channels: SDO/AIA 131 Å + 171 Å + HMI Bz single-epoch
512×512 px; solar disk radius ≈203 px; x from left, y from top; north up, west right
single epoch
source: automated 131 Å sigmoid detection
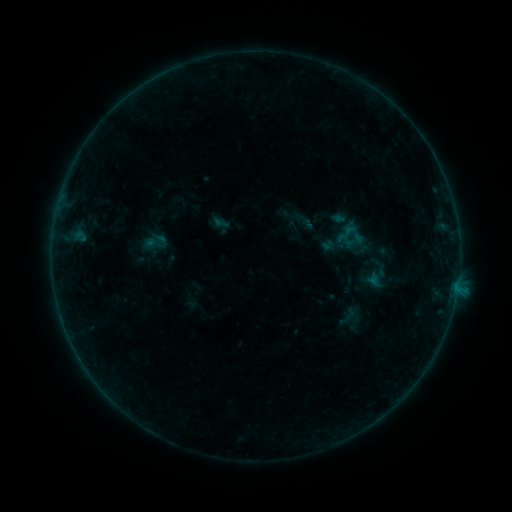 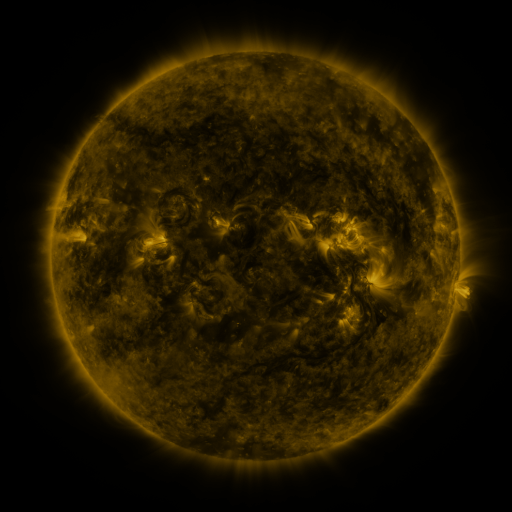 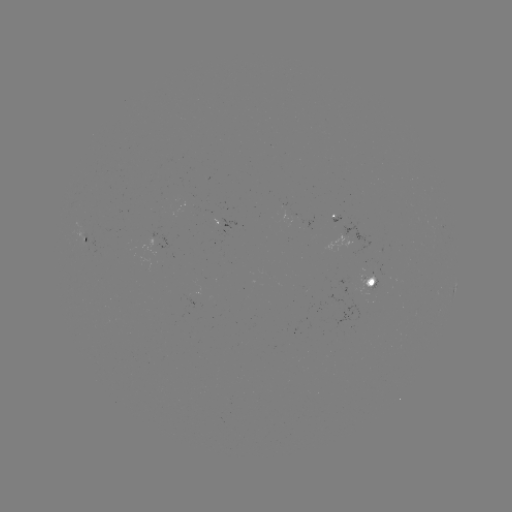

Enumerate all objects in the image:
sigmoid: [334, 230, 355, 250]
sigmoid: [358, 255, 392, 289]
